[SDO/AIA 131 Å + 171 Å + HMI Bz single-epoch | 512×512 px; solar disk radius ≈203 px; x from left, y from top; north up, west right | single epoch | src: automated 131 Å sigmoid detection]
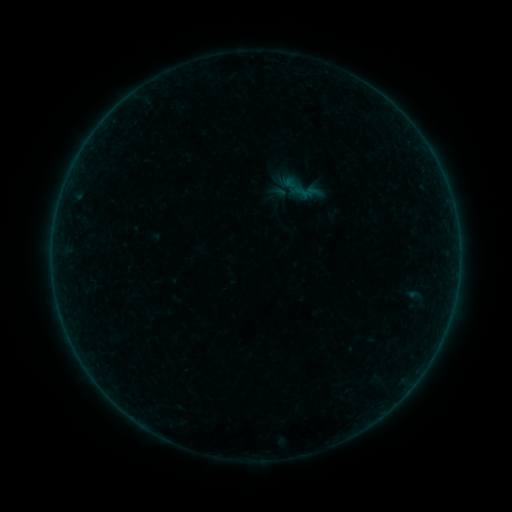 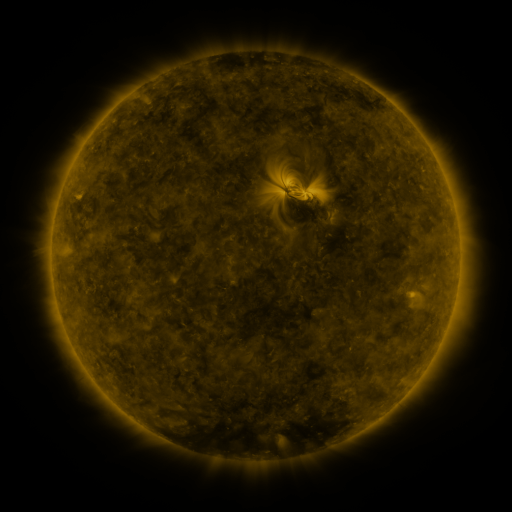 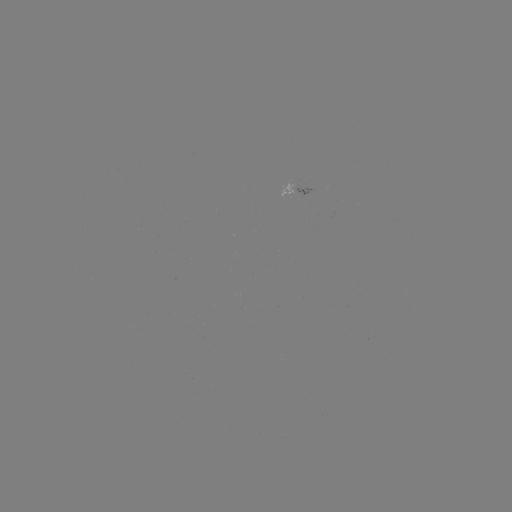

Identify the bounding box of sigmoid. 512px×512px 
[276, 165, 327, 213].